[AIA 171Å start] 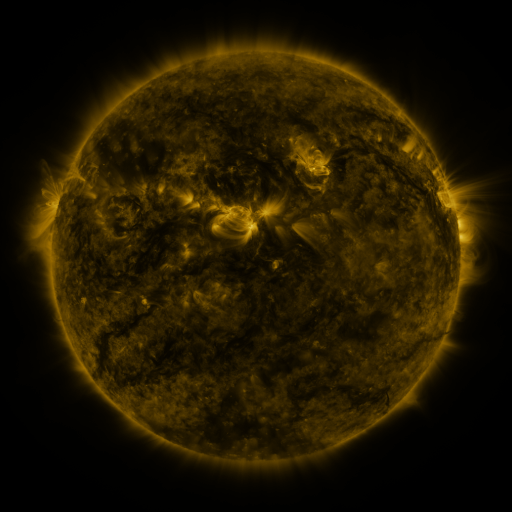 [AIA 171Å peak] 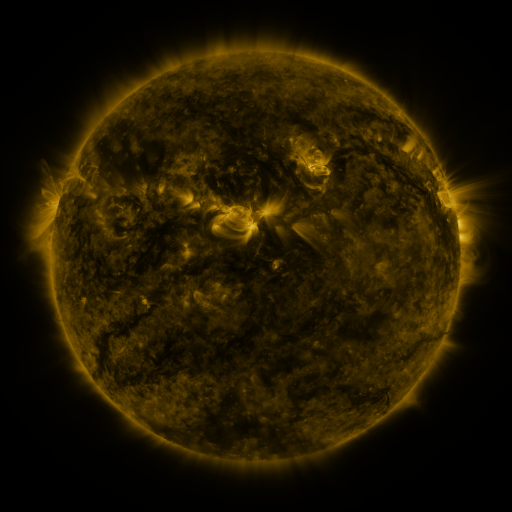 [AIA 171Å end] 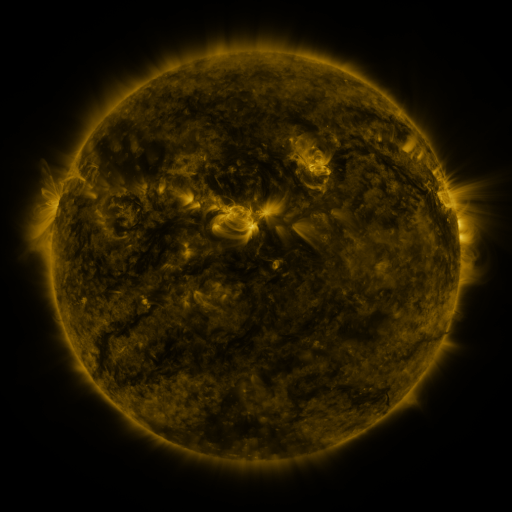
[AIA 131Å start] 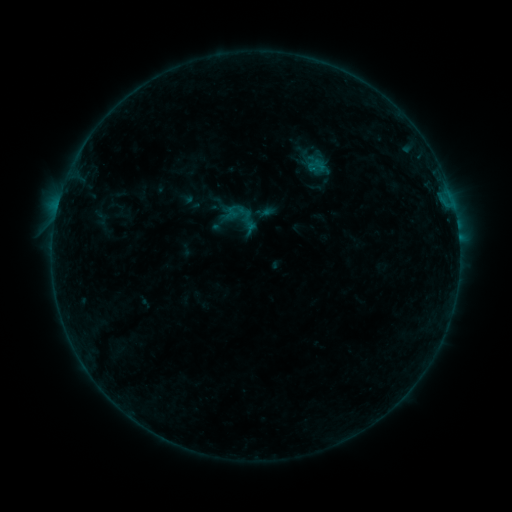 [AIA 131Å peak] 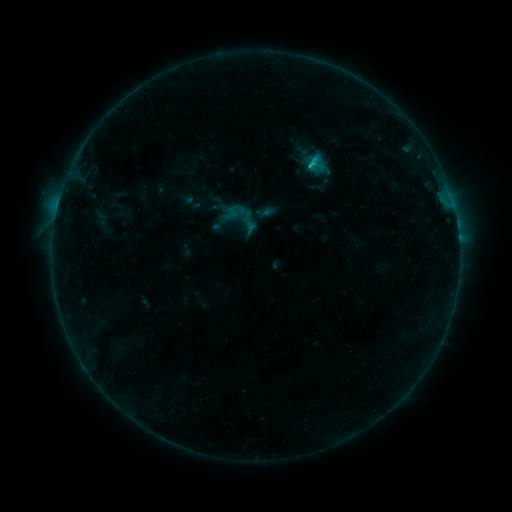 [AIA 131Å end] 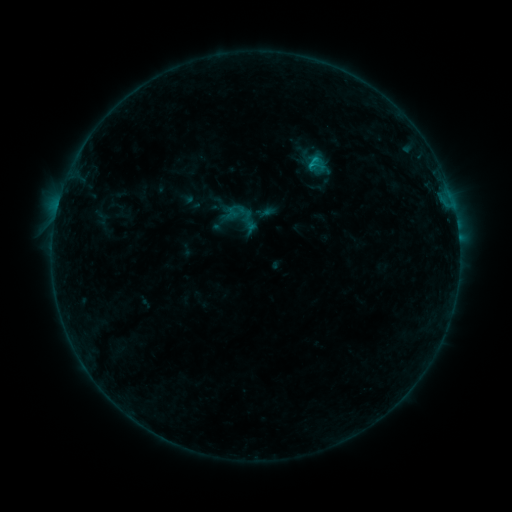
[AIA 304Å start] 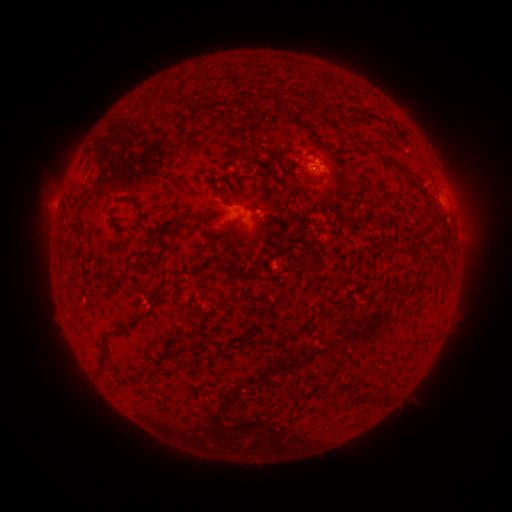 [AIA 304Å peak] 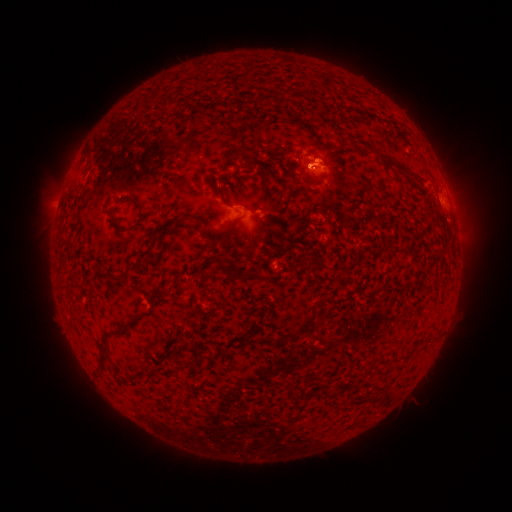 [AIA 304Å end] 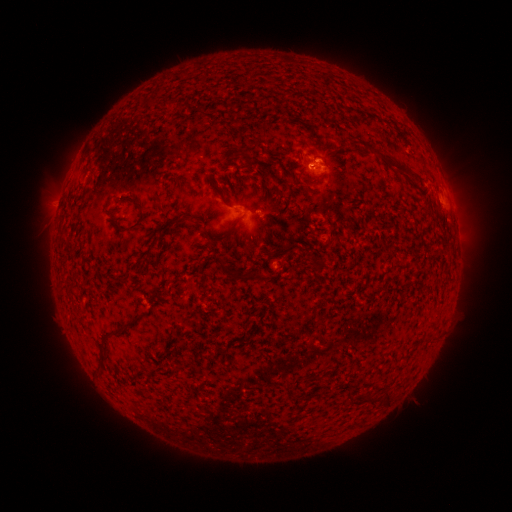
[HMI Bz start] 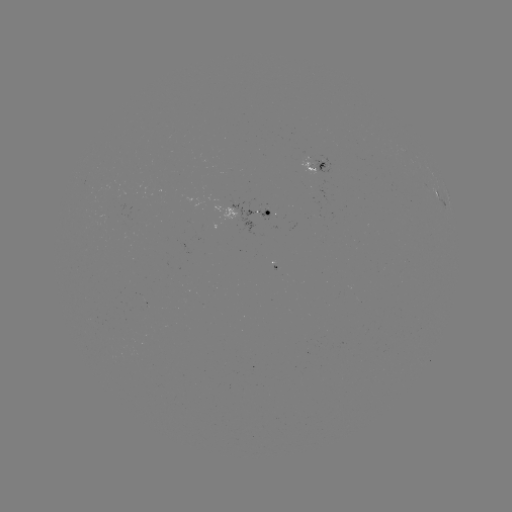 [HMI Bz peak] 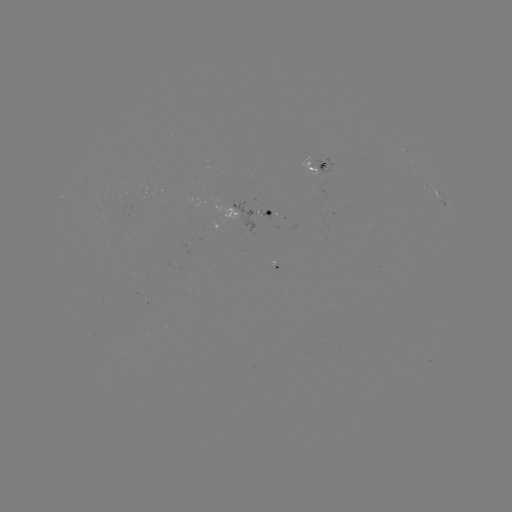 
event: flare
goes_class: B8.6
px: (309, 167)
